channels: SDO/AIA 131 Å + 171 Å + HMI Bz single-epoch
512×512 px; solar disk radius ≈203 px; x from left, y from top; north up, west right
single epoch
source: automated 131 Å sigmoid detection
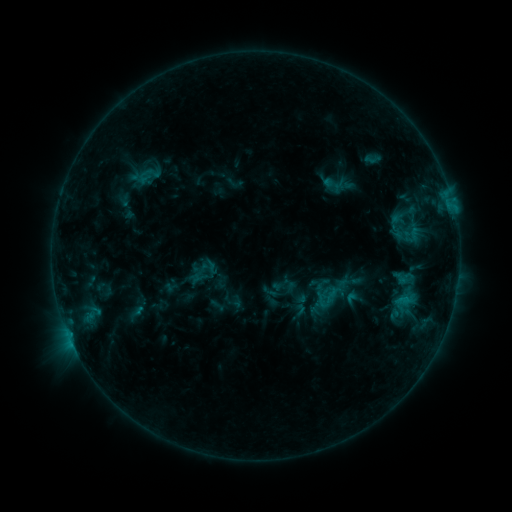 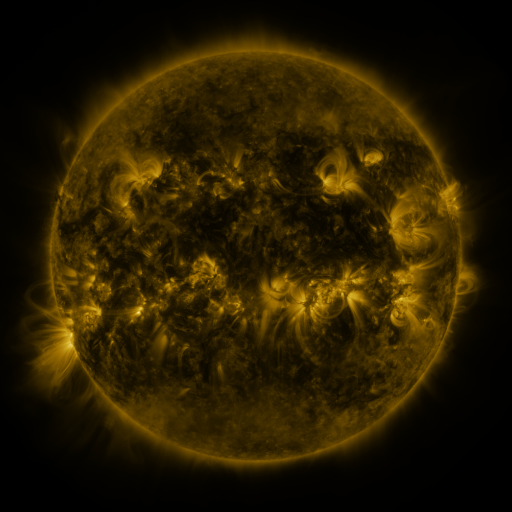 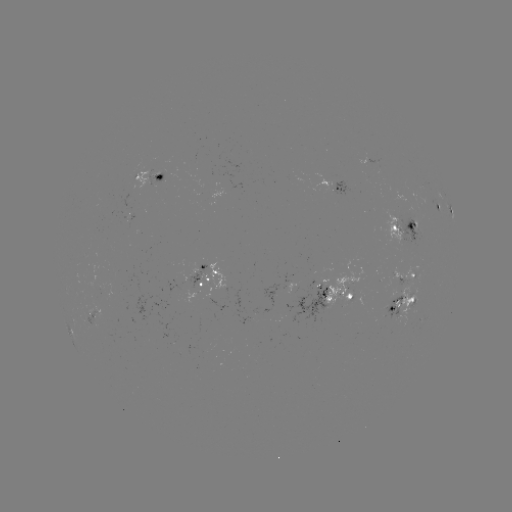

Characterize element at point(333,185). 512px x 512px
sigmoid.